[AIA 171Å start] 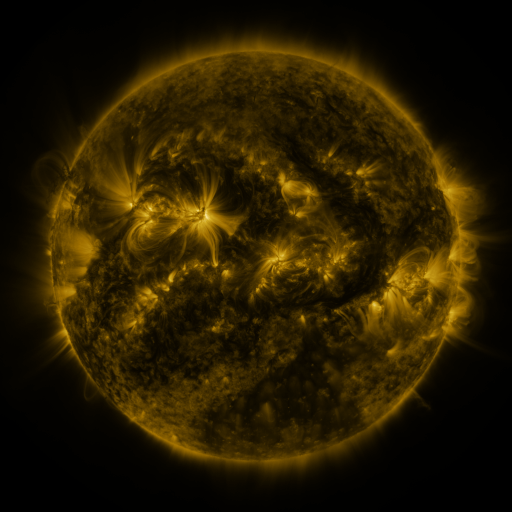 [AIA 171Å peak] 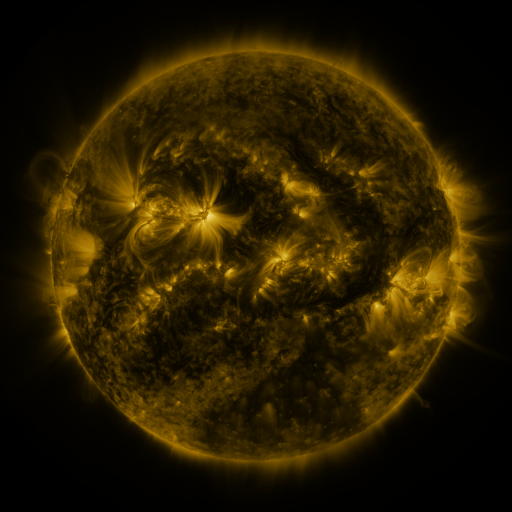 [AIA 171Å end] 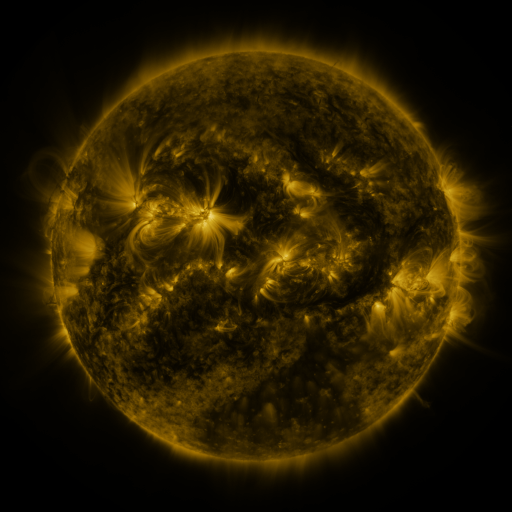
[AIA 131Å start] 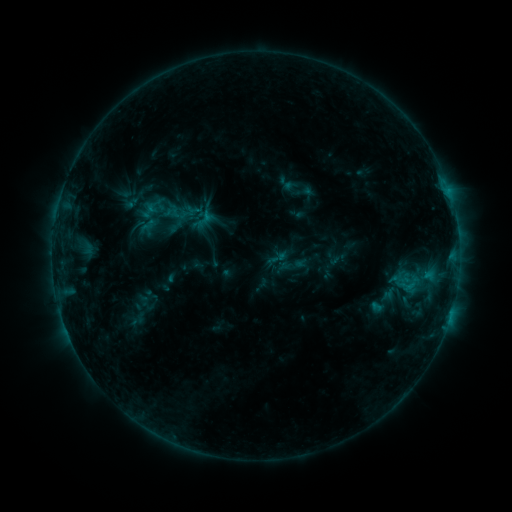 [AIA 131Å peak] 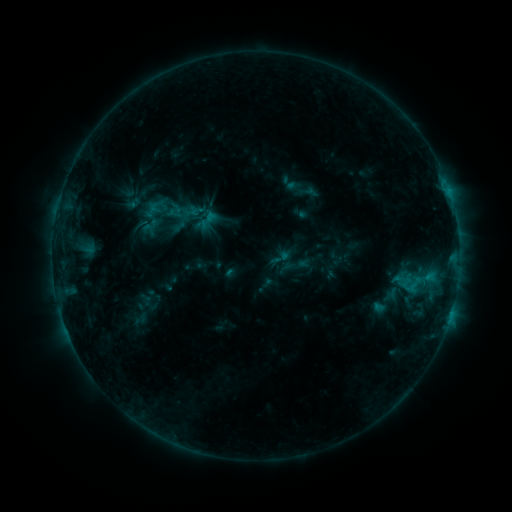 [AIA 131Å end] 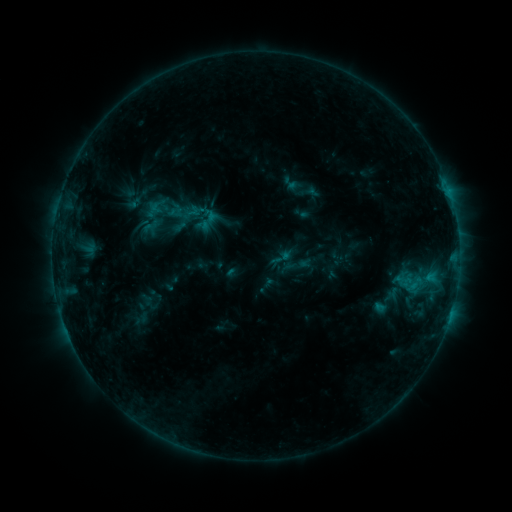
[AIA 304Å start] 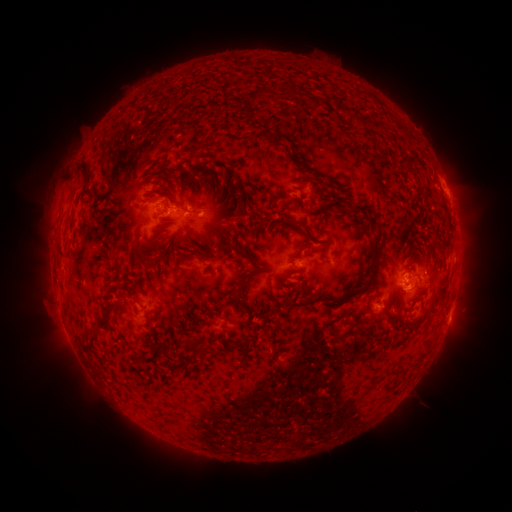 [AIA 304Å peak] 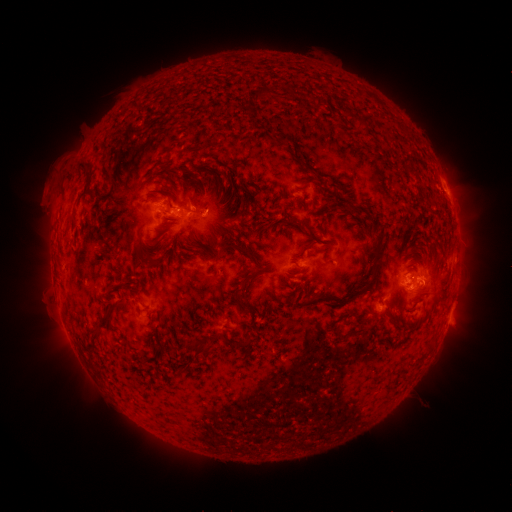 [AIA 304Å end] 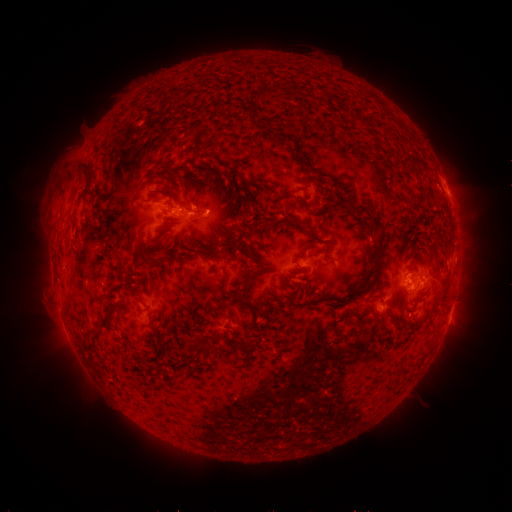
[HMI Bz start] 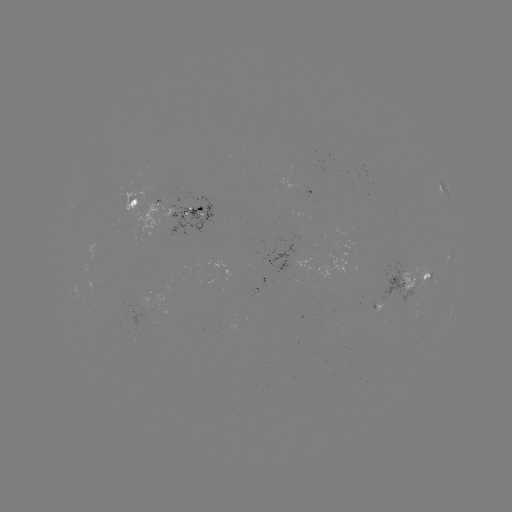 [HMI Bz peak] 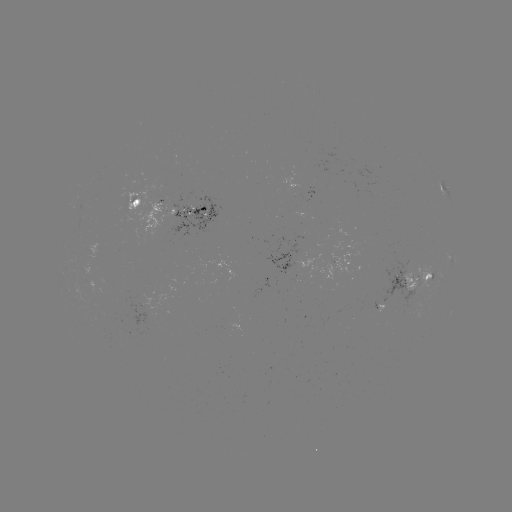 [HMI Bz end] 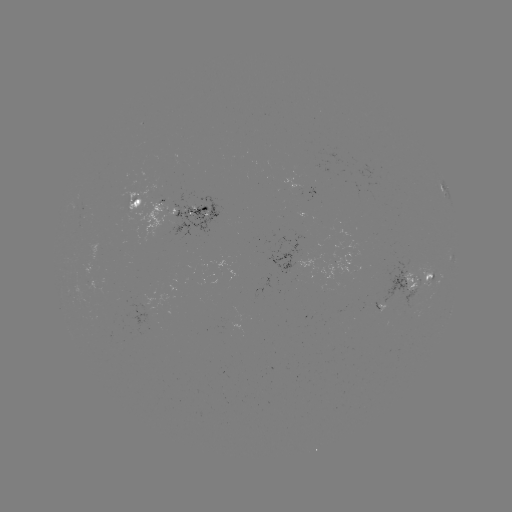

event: emerging-flux region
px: (387, 310)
